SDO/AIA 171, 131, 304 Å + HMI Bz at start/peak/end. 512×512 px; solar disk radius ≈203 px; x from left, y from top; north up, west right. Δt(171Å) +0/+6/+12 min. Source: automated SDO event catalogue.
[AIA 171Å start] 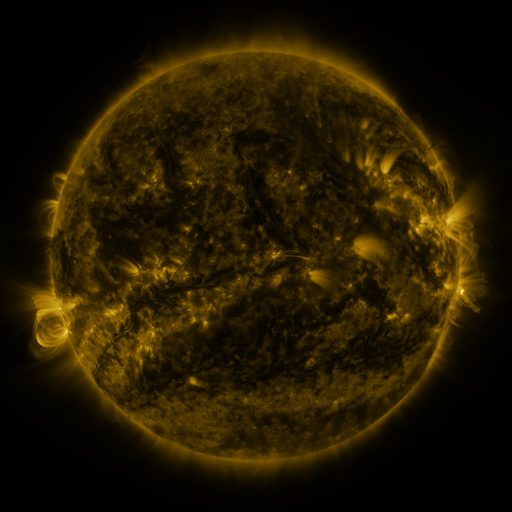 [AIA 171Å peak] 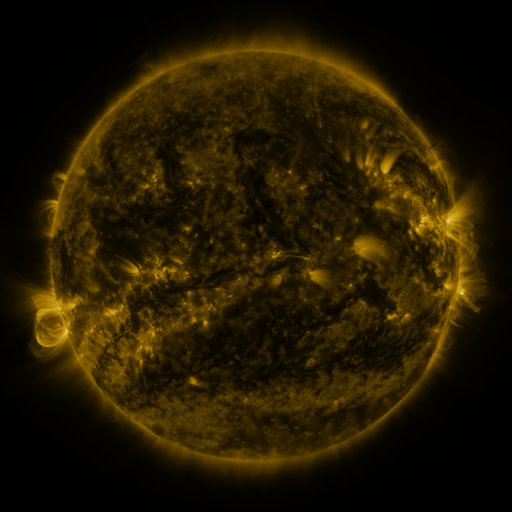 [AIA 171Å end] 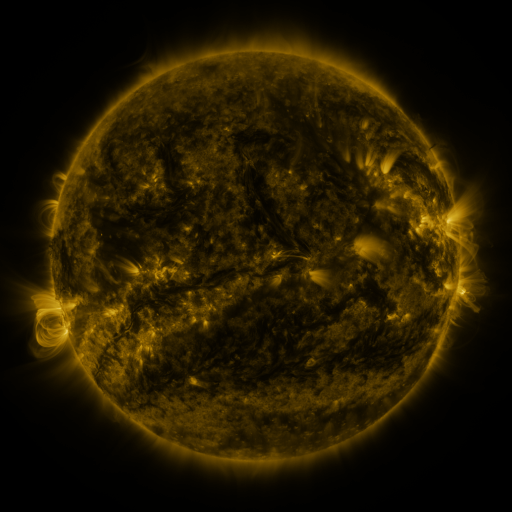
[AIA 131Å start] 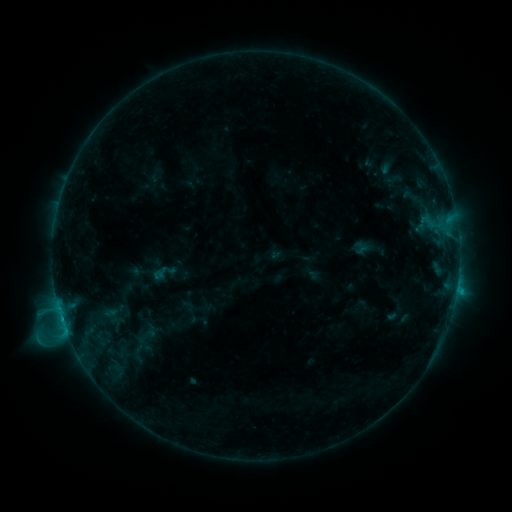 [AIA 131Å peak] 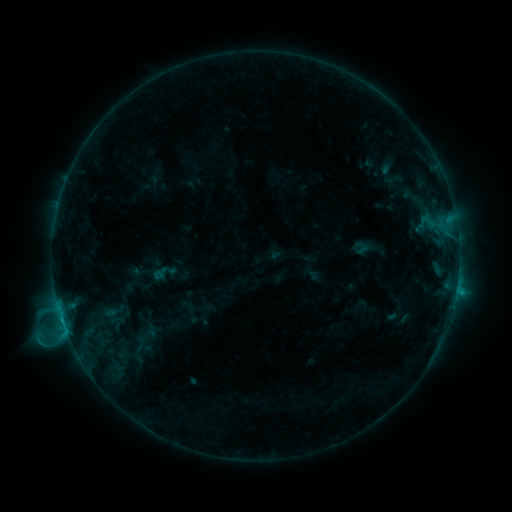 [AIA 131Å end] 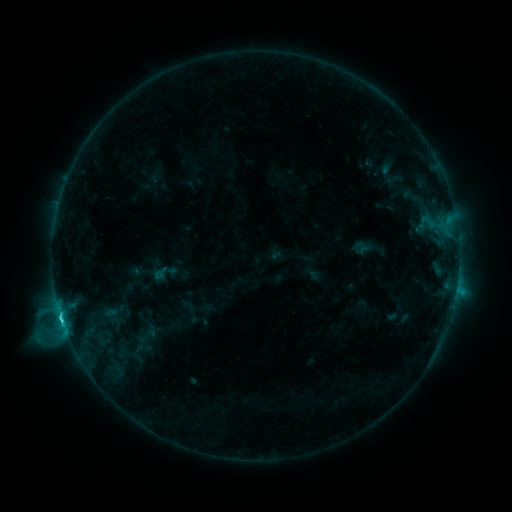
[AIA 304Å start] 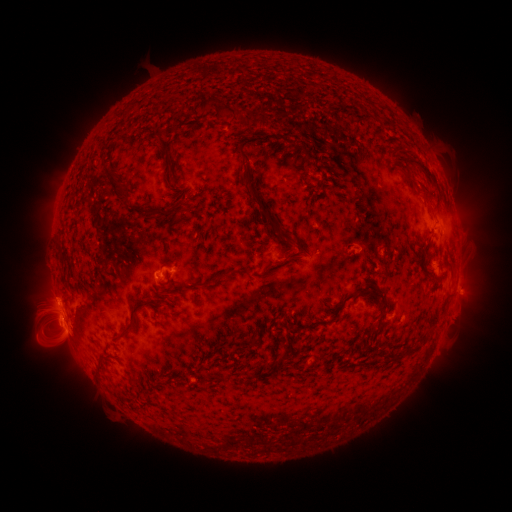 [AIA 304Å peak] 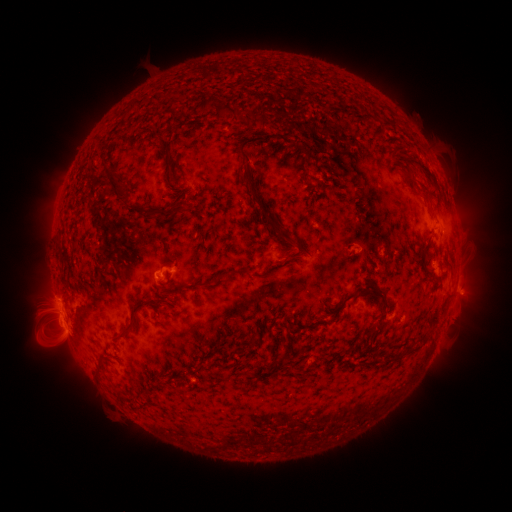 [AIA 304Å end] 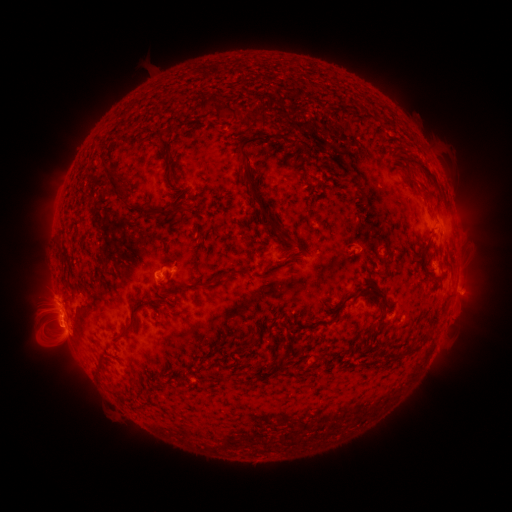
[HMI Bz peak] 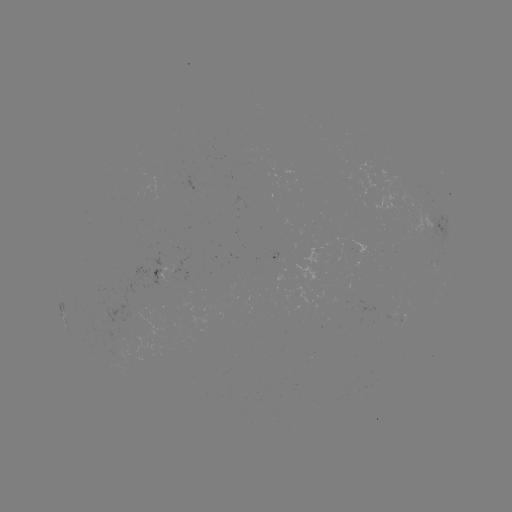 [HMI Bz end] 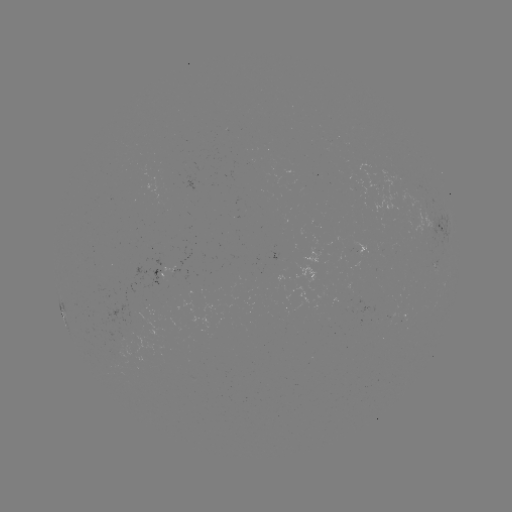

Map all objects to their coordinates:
C2.6 flare: (62, 317)
